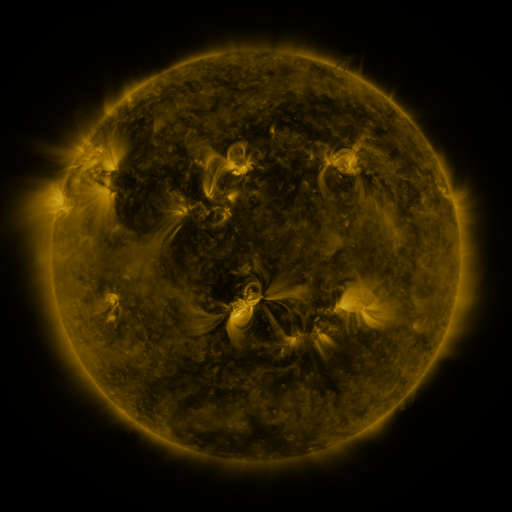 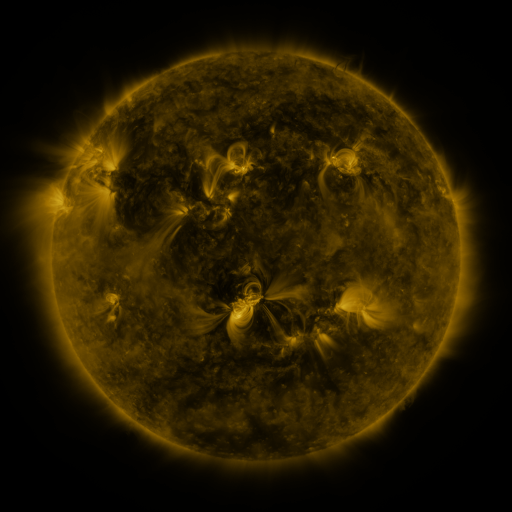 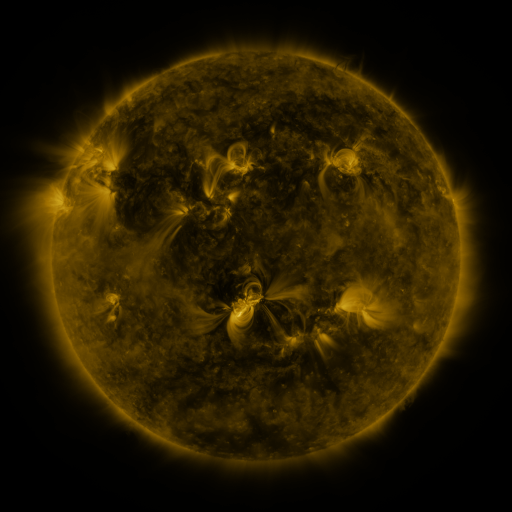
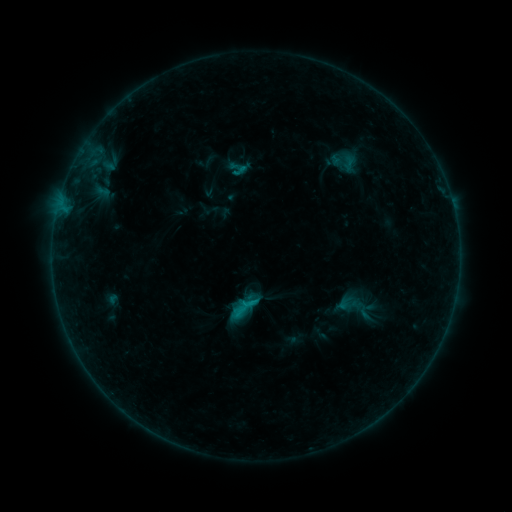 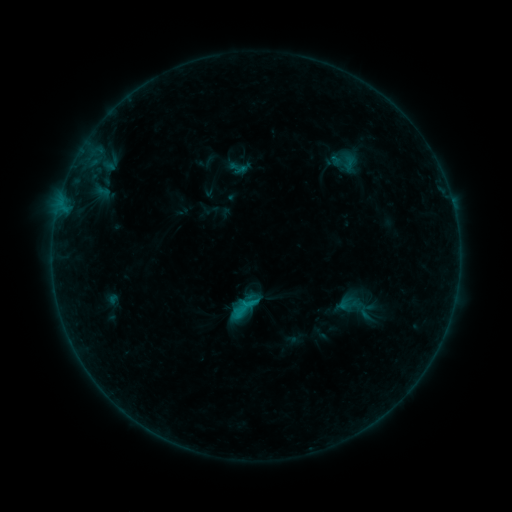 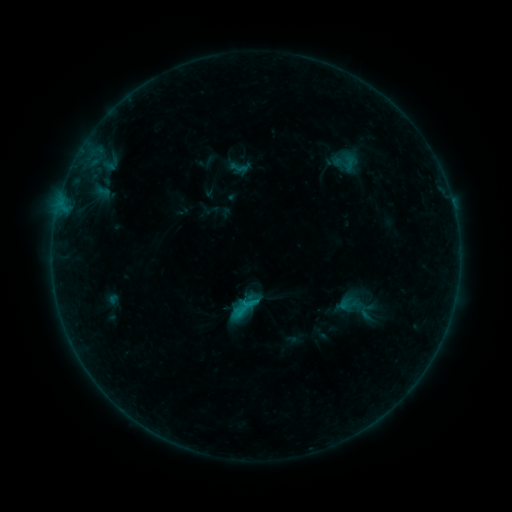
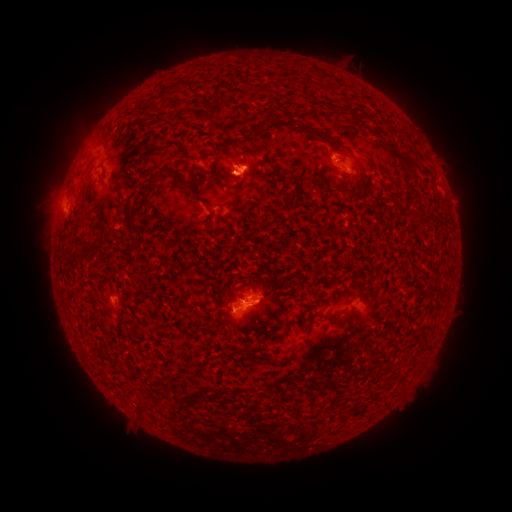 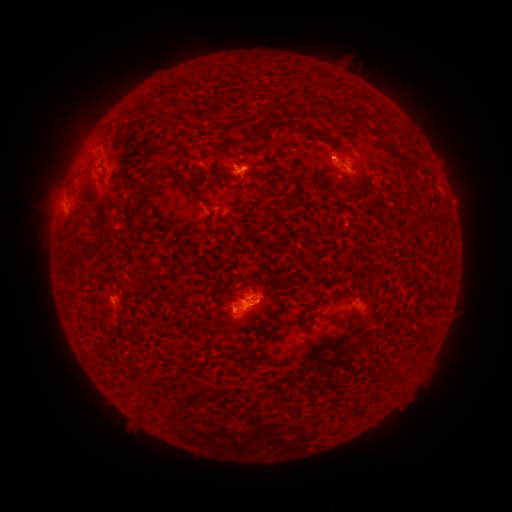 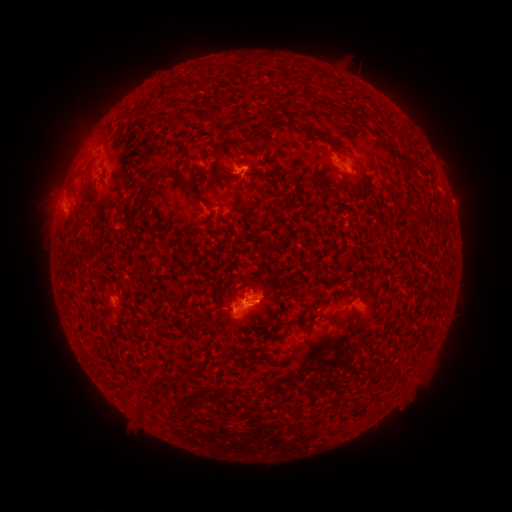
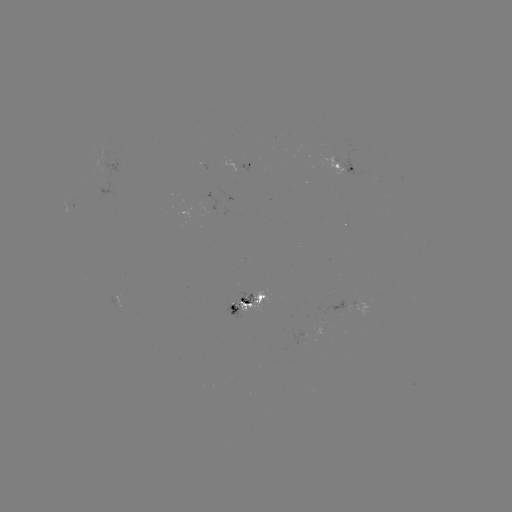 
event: flare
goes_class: B4.8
